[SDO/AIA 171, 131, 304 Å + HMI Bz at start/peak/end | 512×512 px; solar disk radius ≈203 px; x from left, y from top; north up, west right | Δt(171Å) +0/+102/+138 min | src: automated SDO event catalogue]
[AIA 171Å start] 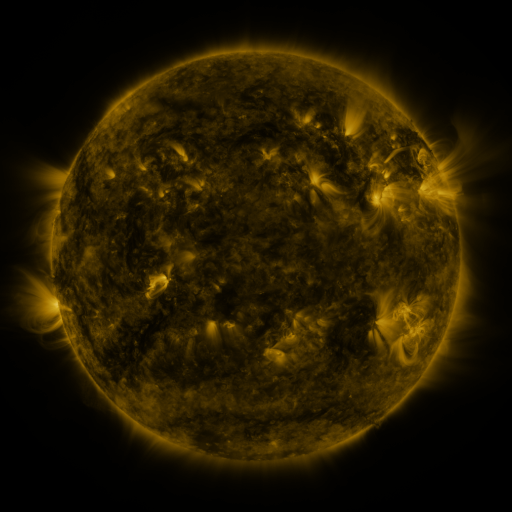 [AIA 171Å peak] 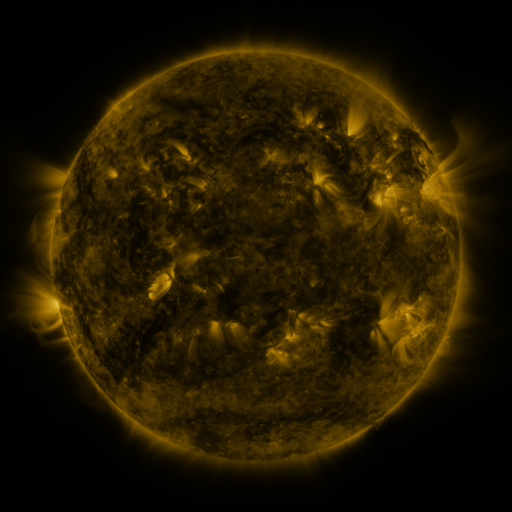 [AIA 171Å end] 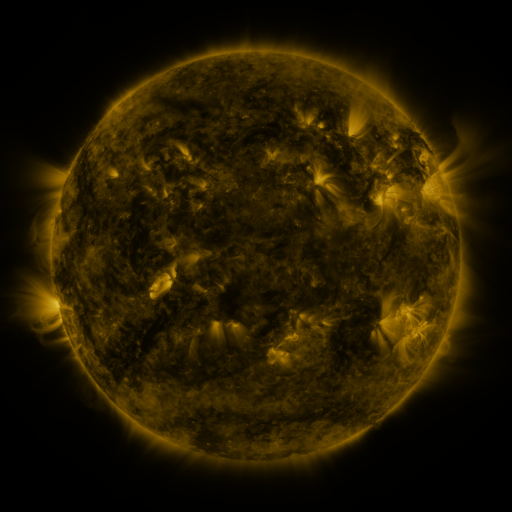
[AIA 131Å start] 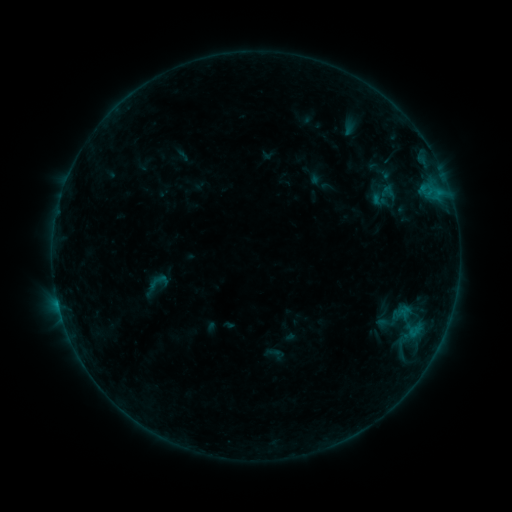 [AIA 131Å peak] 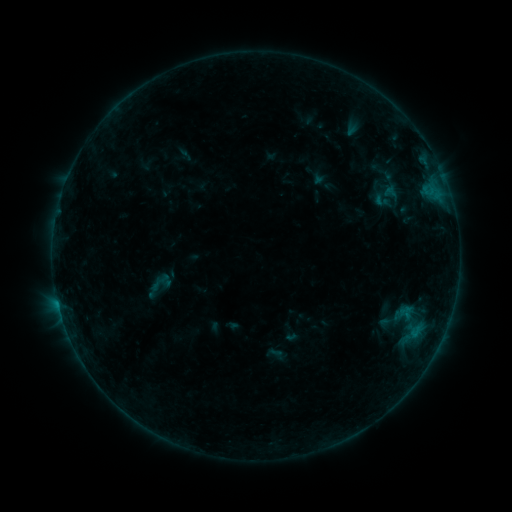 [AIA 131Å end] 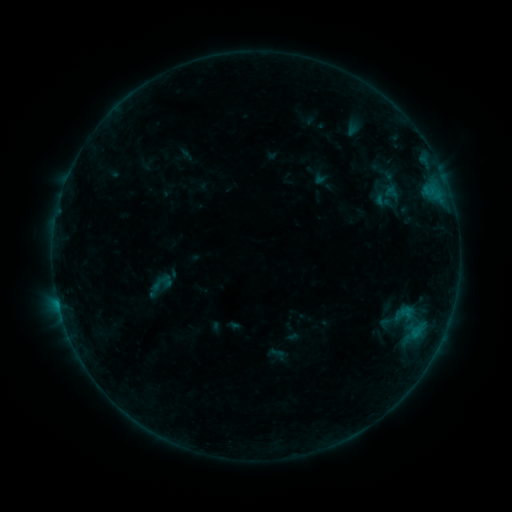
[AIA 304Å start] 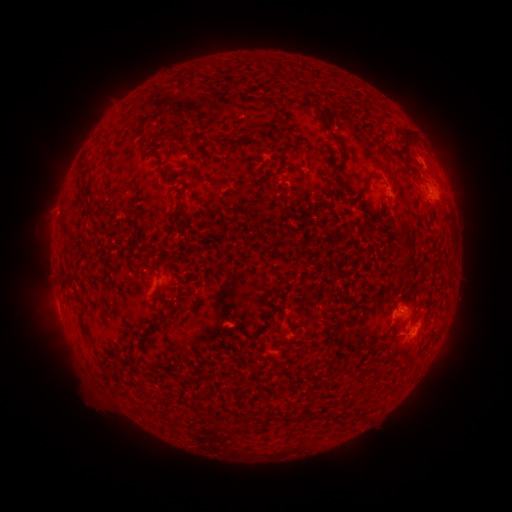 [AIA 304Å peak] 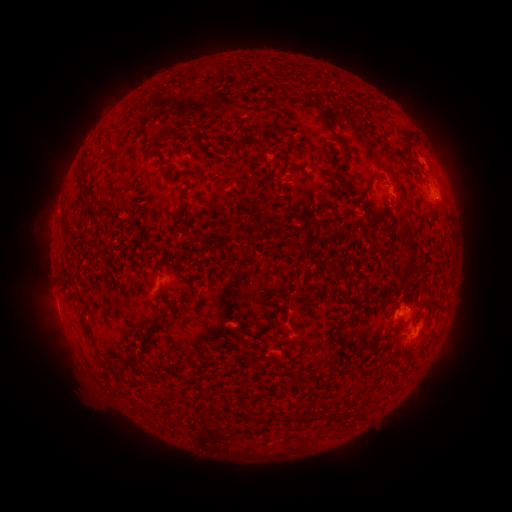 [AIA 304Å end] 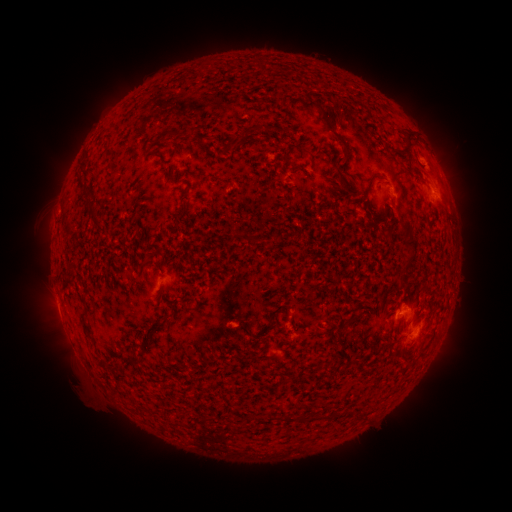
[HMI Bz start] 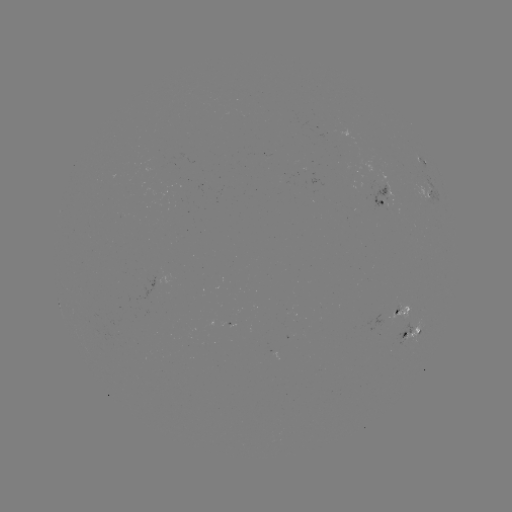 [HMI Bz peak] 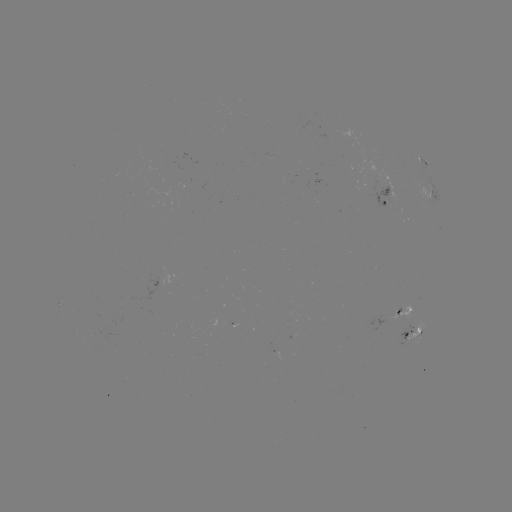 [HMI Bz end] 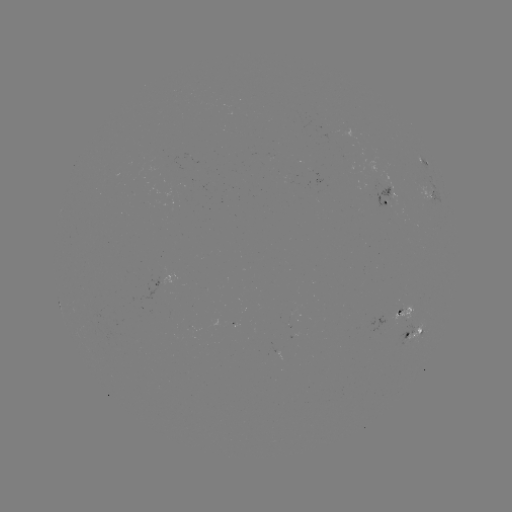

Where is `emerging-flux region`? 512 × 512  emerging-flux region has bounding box [396, 304, 401, 315].